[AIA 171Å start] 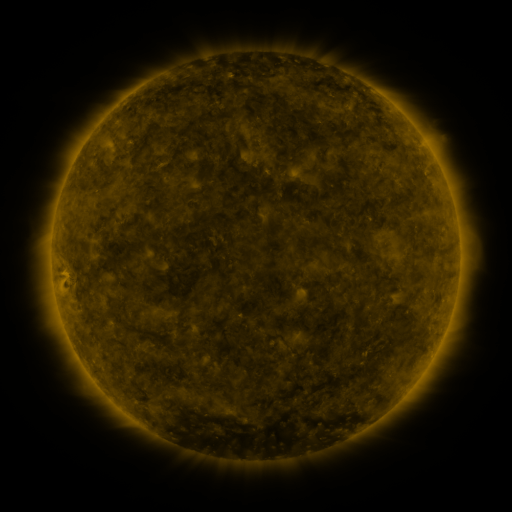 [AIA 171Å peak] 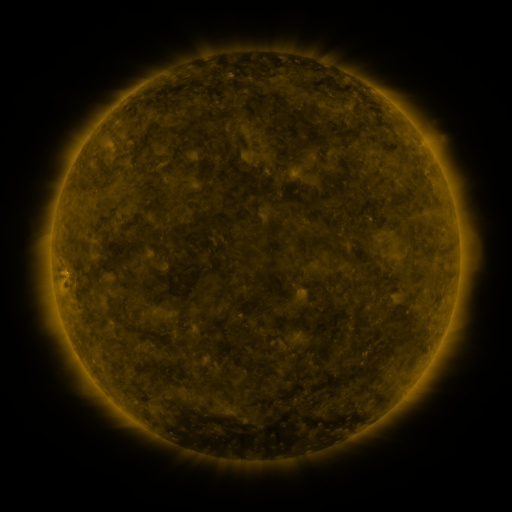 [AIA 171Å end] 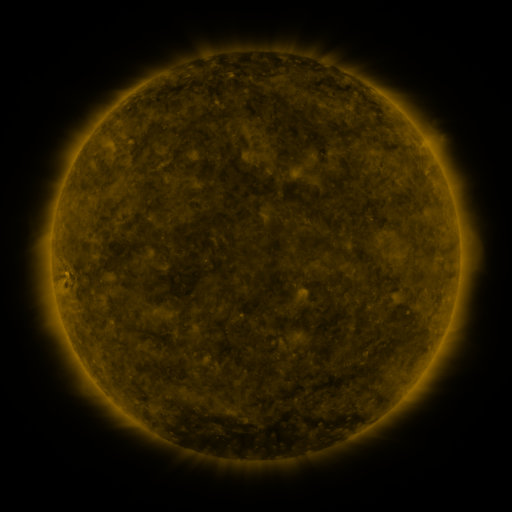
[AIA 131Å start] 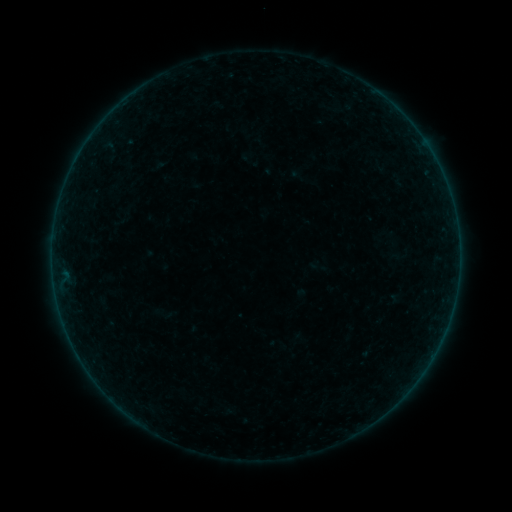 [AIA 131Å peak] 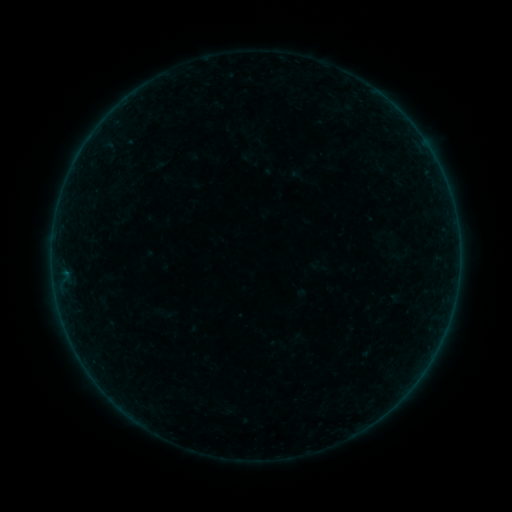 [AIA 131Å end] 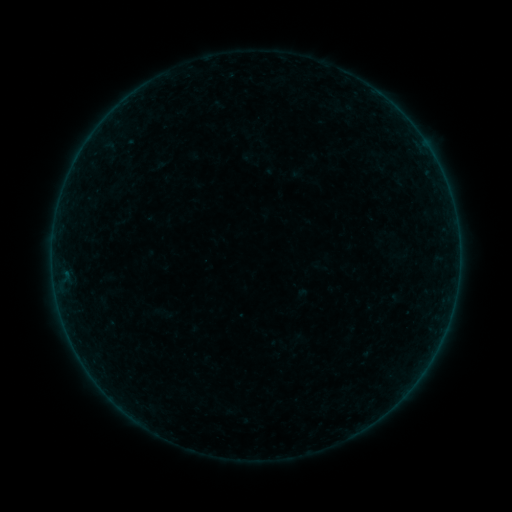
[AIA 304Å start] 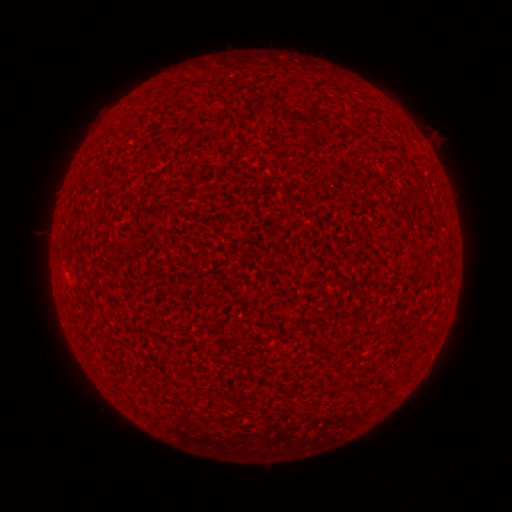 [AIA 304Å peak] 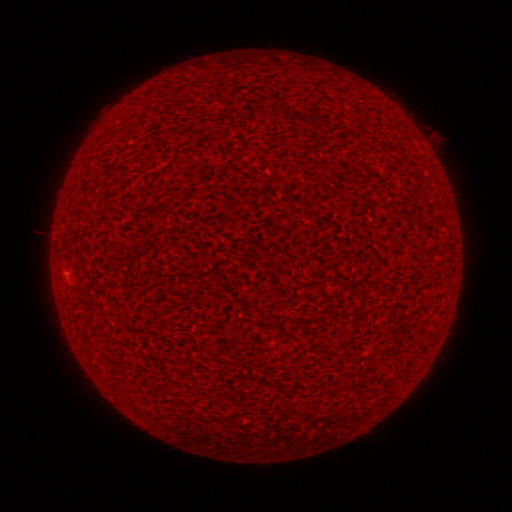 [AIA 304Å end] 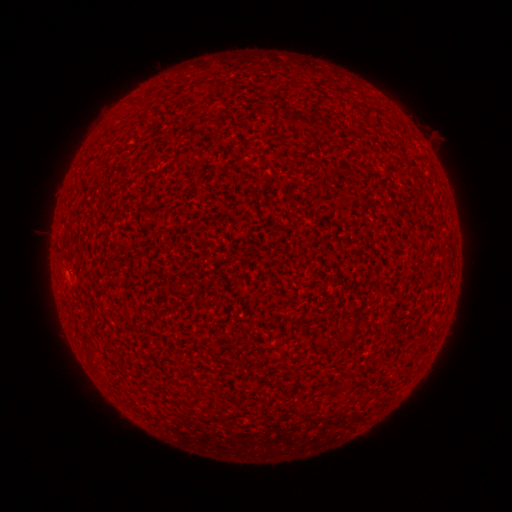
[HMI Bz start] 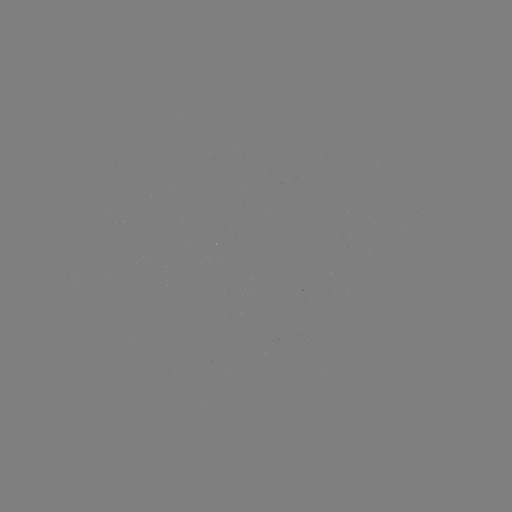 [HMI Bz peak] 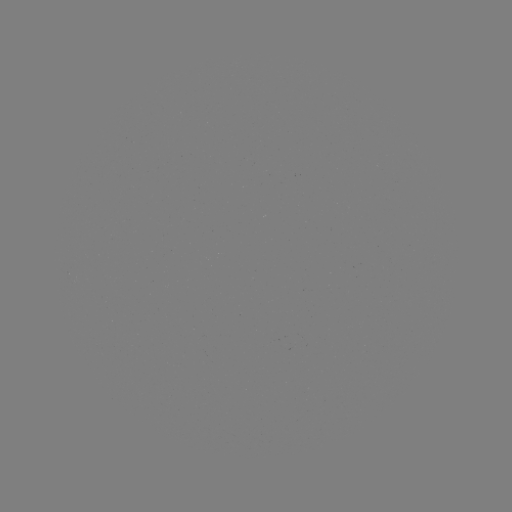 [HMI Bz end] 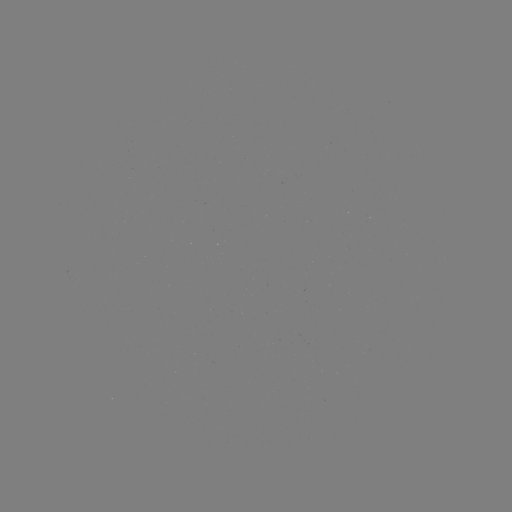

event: flare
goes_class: A3.4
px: (65, 271)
